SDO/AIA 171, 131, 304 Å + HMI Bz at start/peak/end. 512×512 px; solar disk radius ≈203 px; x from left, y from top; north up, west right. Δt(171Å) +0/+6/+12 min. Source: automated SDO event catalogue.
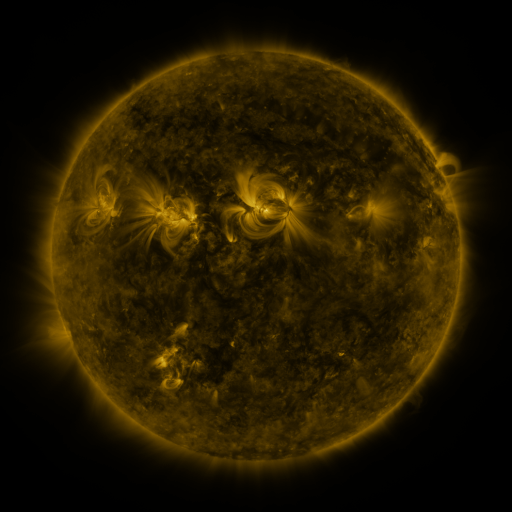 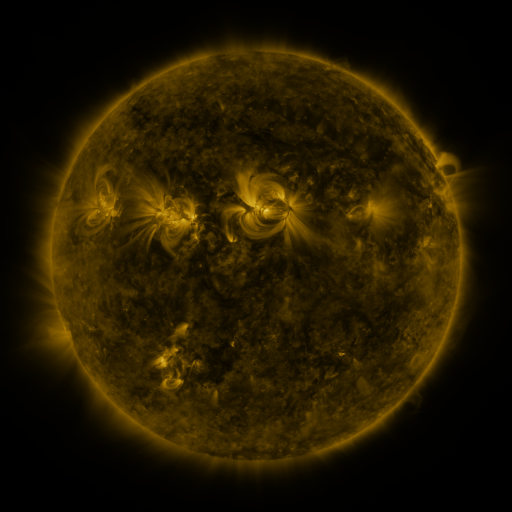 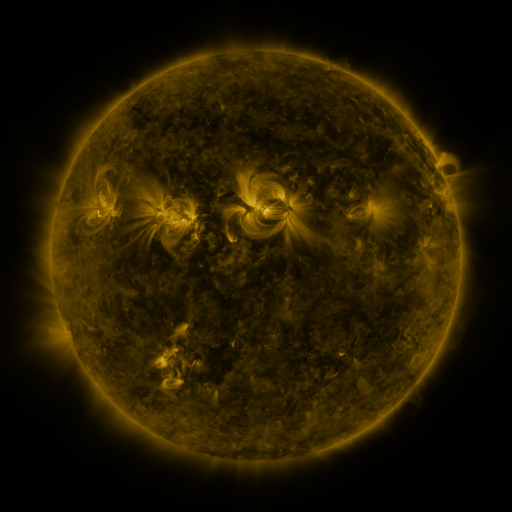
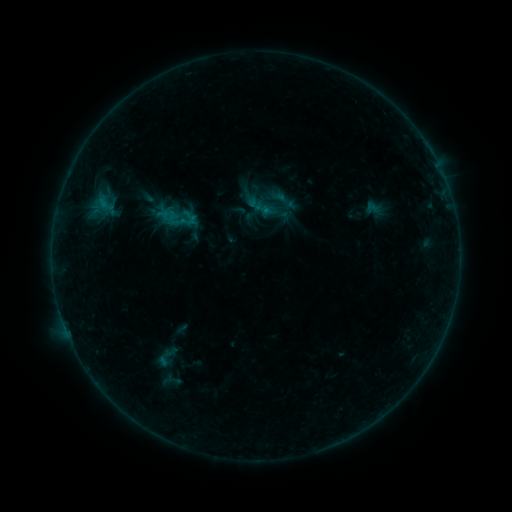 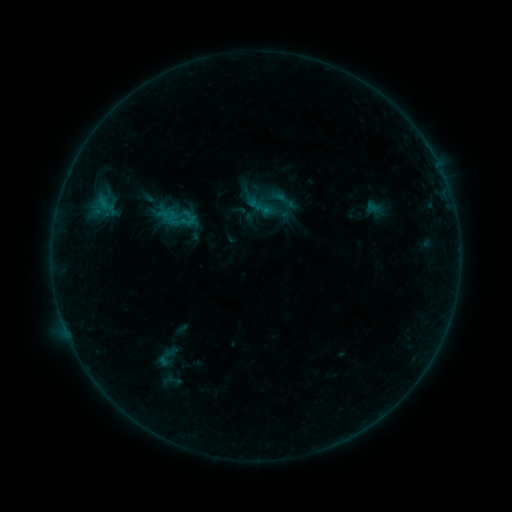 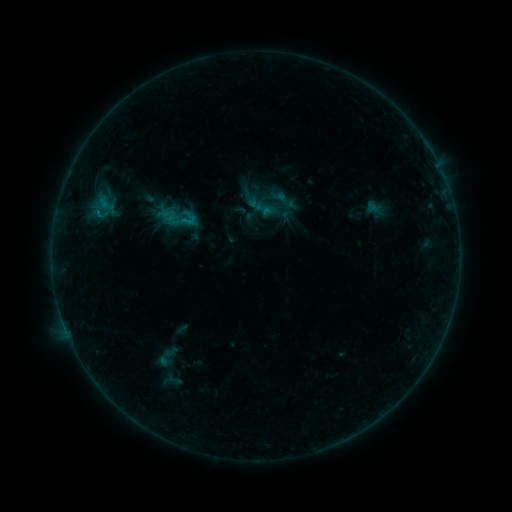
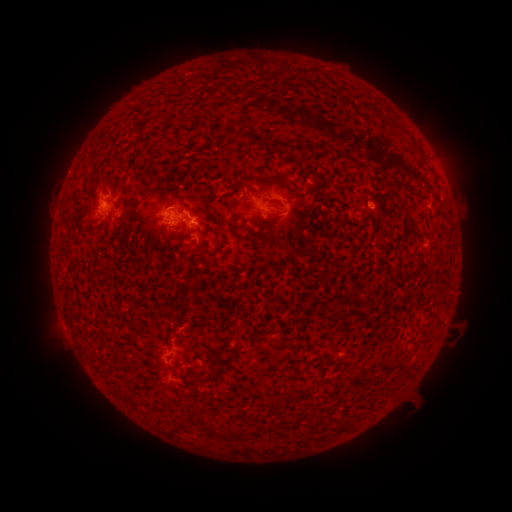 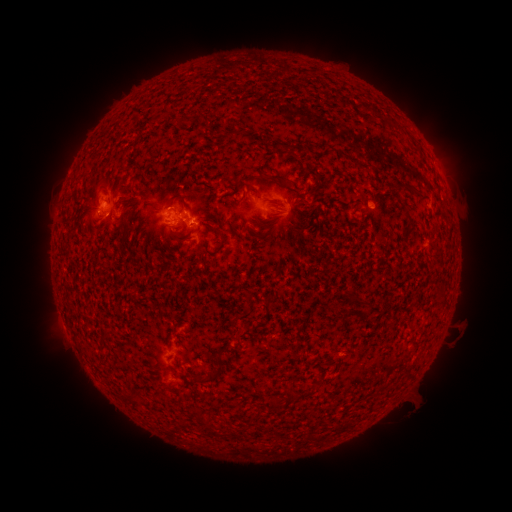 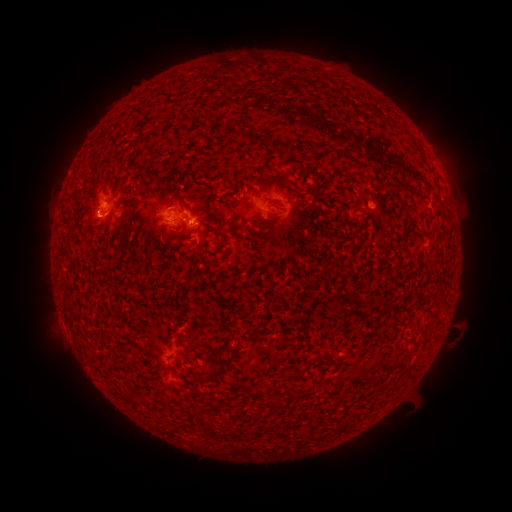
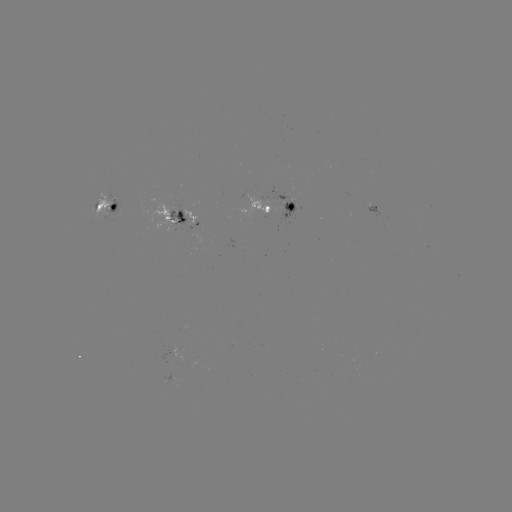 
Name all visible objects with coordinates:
B5.3 flare: (98, 215)
